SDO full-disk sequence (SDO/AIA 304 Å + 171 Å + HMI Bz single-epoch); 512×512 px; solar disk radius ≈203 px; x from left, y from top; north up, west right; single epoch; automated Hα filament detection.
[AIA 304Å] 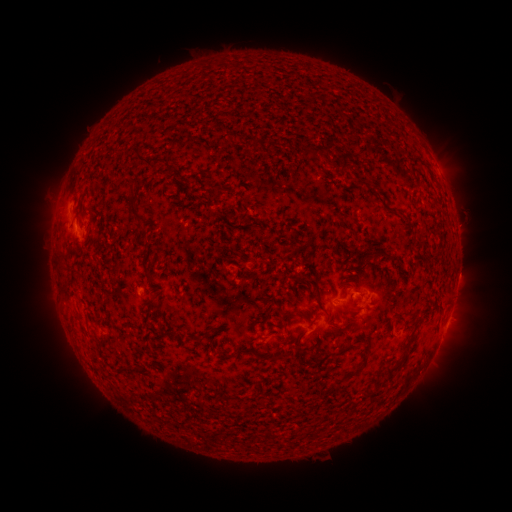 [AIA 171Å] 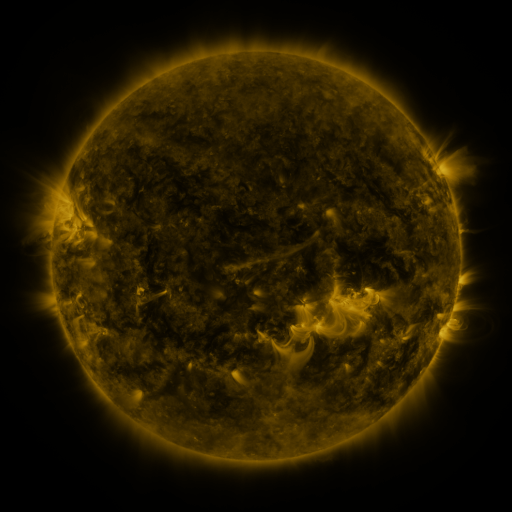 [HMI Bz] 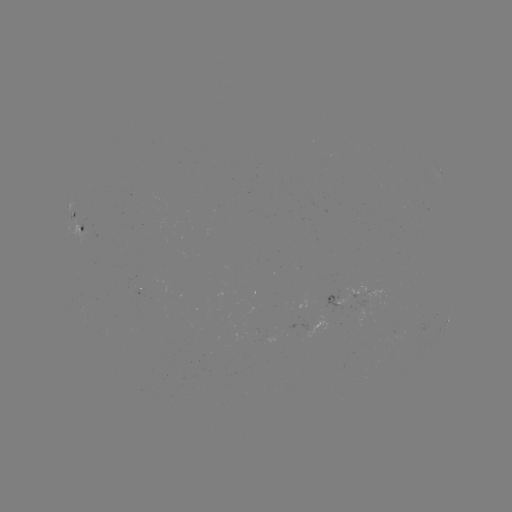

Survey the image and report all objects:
filament: <bbox>249, 136, 256, 150</bbox>
filament: <bbox>300, 144, 321, 159</bbox>
filament: <bbox>337, 150, 350, 171</bbox>
filament: <bbox>134, 154, 161, 172</bbox>
filament: <bbox>321, 154, 328, 163</bbox>
filament: <bbox>127, 200, 144, 226</bbox>
filament: <bbox>141, 241, 151, 275</bbox>
filament: <bbox>370, 246, 390, 256</bbox>
filament: <bbox>57, 258, 67, 282</bbox>
filament: <bbox>313, 270, 331, 322</bbox>
filament: <bbox>61, 288, 71, 301</bbox>
filament: <bbox>260, 297, 271, 305</bbox>
filament: <bbox>435, 299, 445, 306</bbox>
filament: <bbox>254, 307, 273, 326</bbox>
filament: <bbox>278, 307, 294, 319</bbox>
filament: <bbox>205, 328, 214, 338</bbox>
filament: <bbox>349, 337, 359, 348</bbox>
filament: <bbox>239, 347, 254, 356</bbox>
filament: <bbox>219, 352, 232, 360</bbox>
filament: <bbox>269, 353, 281, 361</bbox>
filament: <bbox>387, 355, 407, 372</bbox>
filament: <bbox>349, 364, 363, 375</bbox>
filament: <bbox>115, 368, 128, 376</bbox>
filament: <bbox>368, 385, 379, 394</bbox>
